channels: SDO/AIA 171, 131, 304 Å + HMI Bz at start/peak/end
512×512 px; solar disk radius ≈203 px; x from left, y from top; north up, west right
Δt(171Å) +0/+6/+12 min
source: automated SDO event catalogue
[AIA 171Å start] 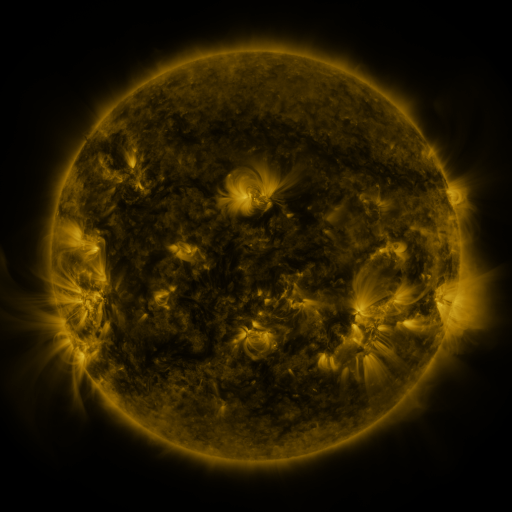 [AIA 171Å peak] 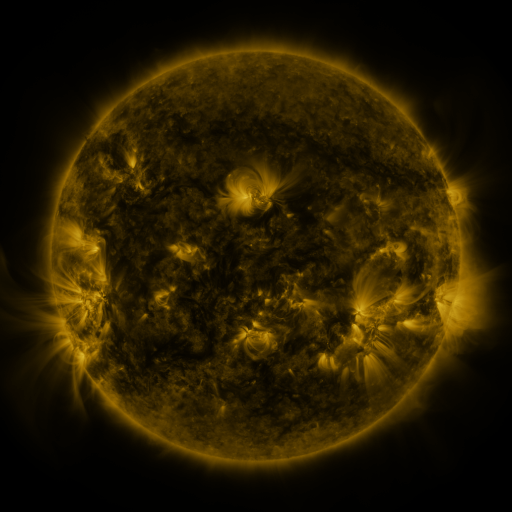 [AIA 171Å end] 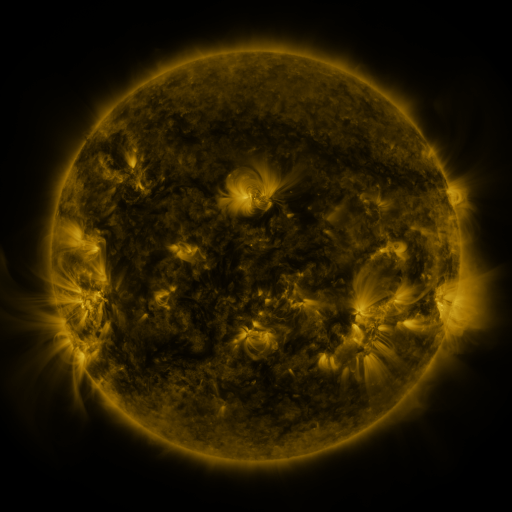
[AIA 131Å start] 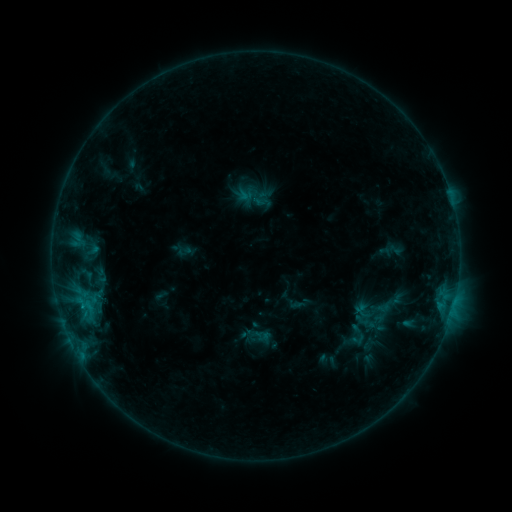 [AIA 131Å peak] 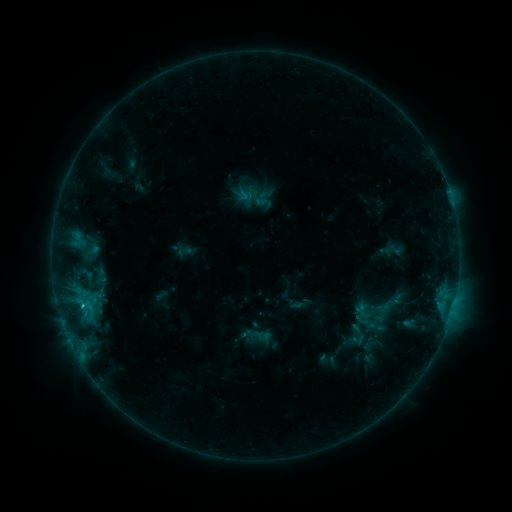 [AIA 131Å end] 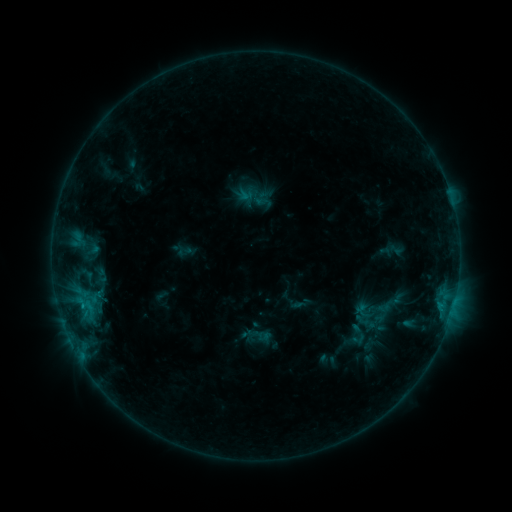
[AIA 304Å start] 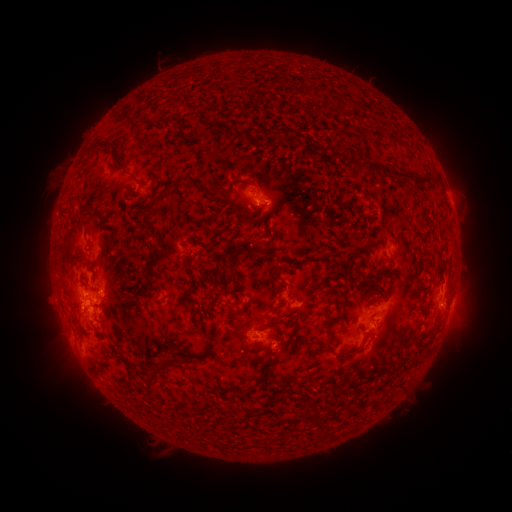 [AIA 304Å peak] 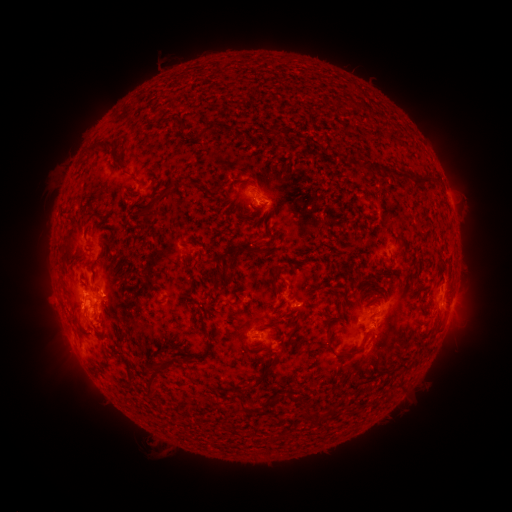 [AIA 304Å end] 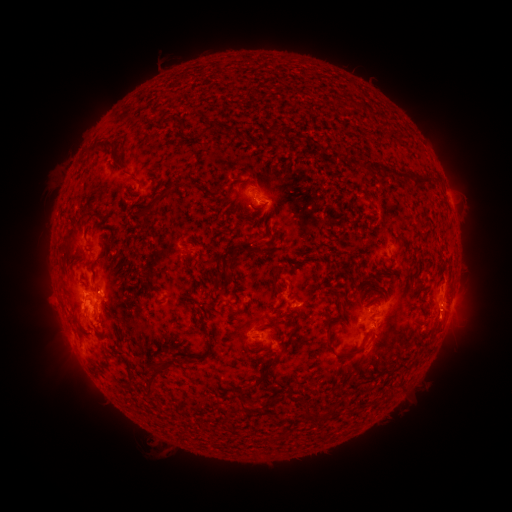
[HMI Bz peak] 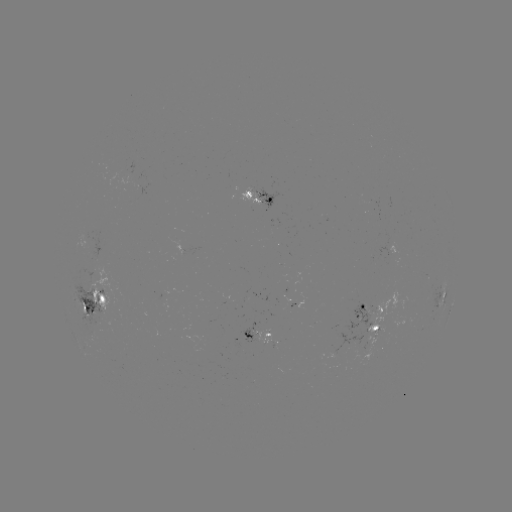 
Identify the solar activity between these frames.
C1.0 flare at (83, 305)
